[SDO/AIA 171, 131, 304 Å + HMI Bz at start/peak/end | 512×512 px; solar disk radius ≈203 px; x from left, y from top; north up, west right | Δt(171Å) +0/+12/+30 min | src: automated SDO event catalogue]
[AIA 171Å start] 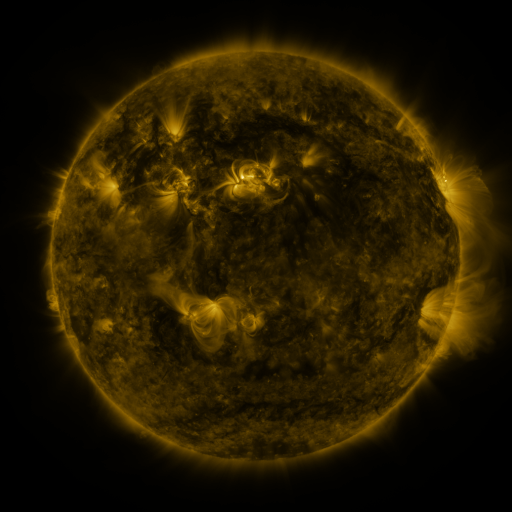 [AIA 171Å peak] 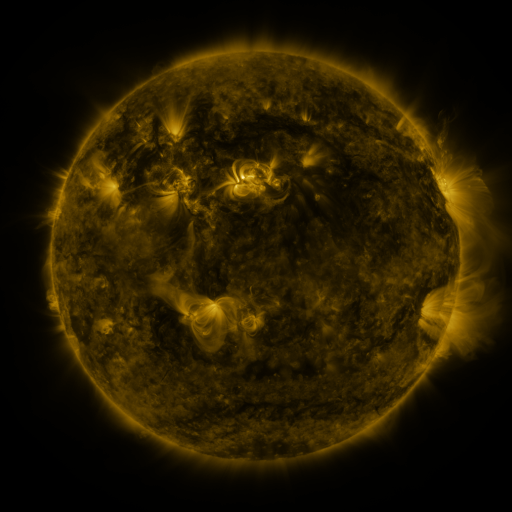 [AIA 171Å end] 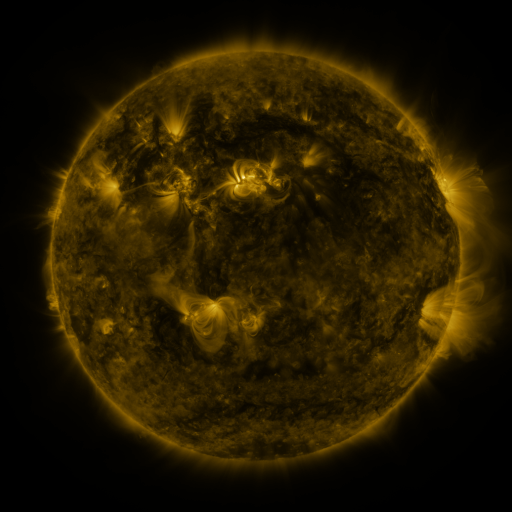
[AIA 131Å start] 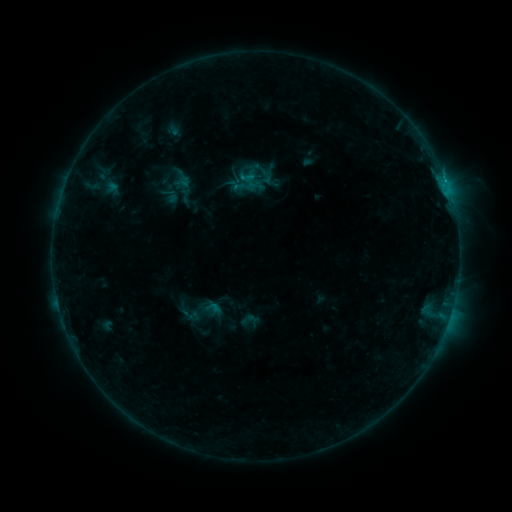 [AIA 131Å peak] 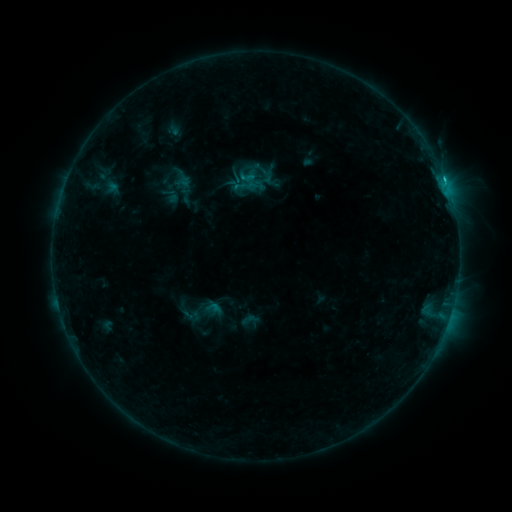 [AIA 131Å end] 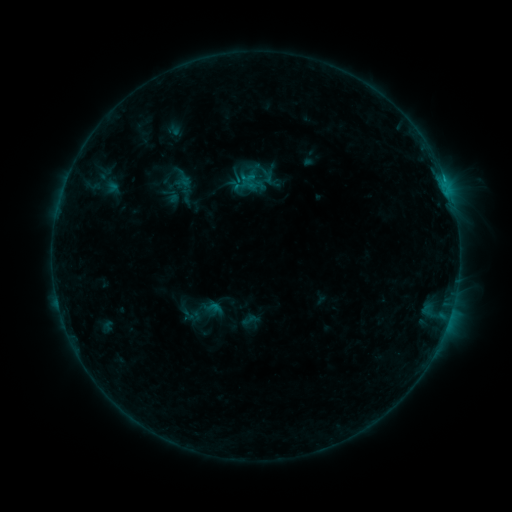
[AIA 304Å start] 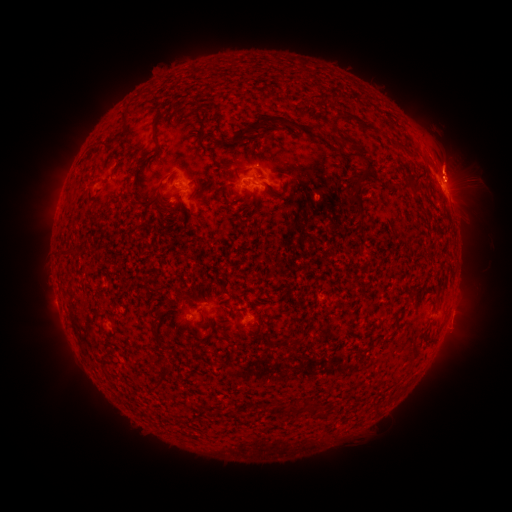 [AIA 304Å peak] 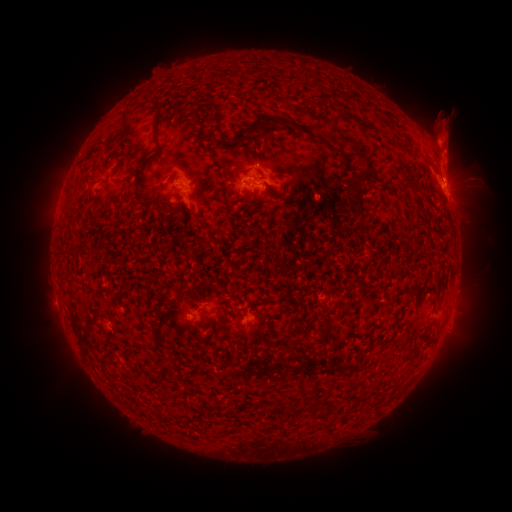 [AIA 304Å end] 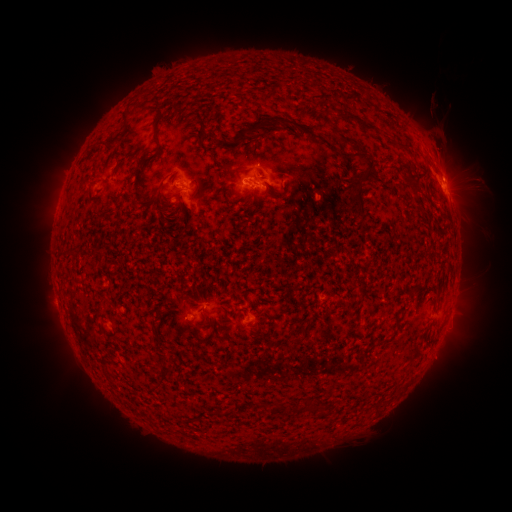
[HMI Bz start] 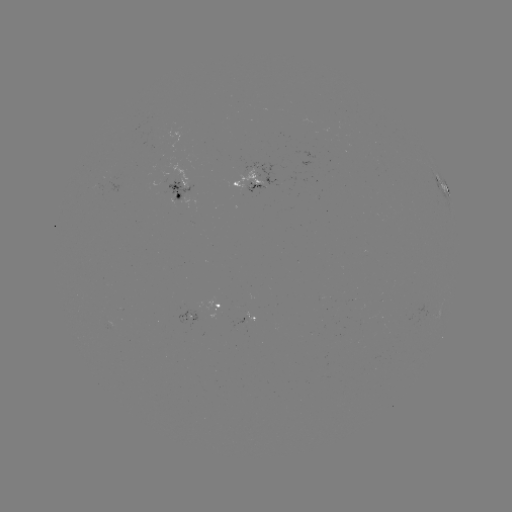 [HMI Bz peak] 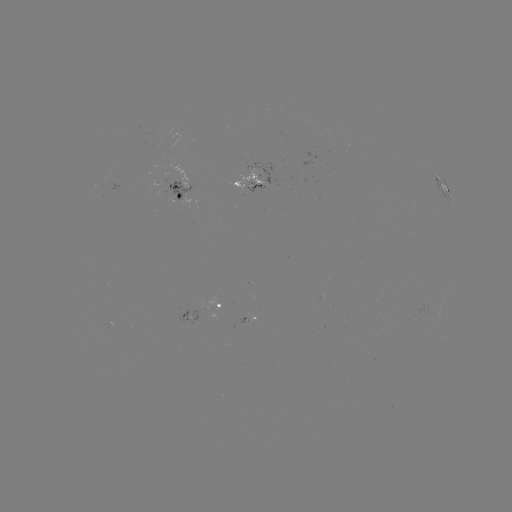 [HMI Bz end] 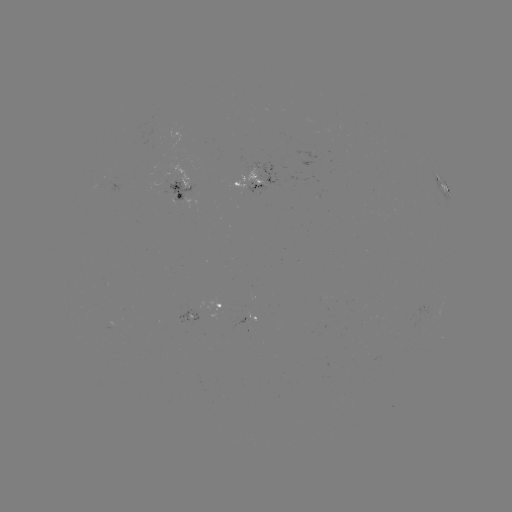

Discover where eruption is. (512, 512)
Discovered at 441,136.